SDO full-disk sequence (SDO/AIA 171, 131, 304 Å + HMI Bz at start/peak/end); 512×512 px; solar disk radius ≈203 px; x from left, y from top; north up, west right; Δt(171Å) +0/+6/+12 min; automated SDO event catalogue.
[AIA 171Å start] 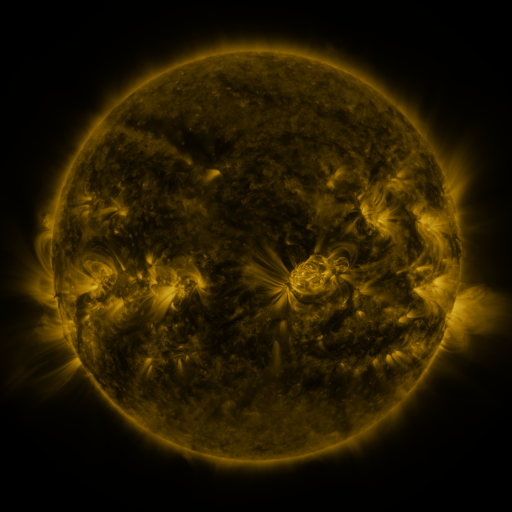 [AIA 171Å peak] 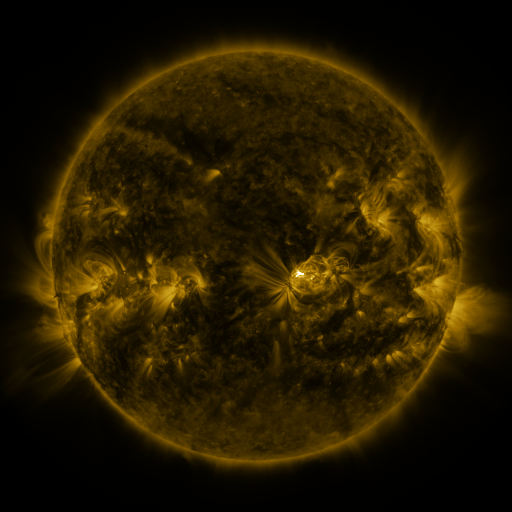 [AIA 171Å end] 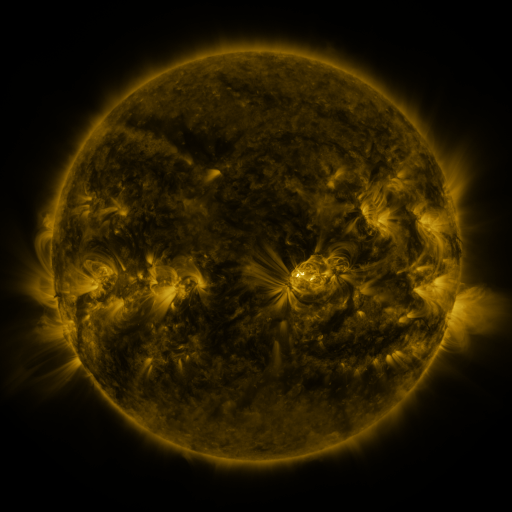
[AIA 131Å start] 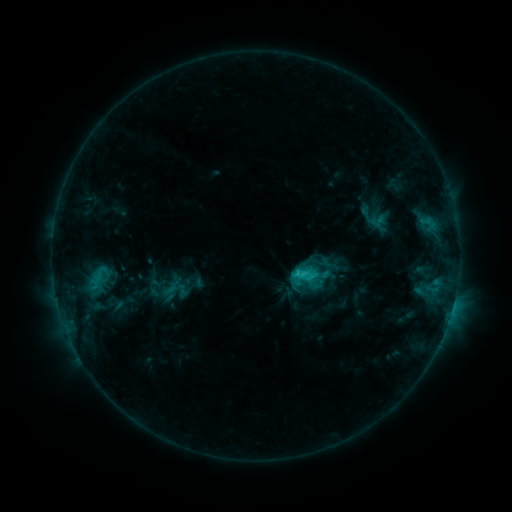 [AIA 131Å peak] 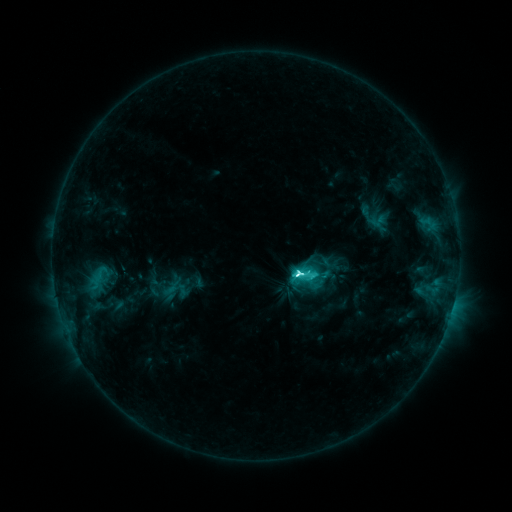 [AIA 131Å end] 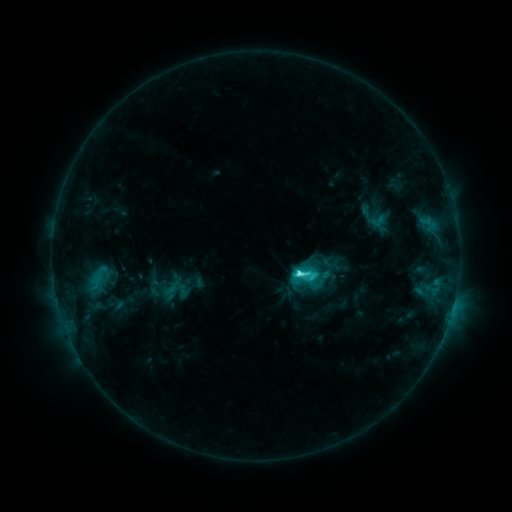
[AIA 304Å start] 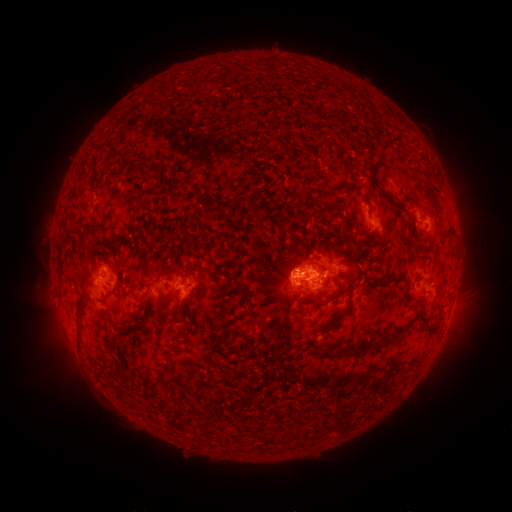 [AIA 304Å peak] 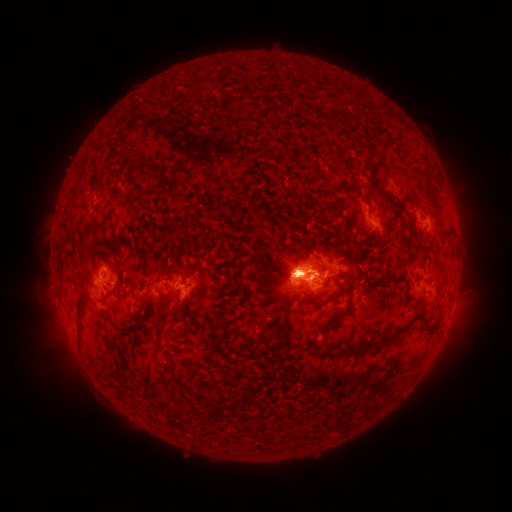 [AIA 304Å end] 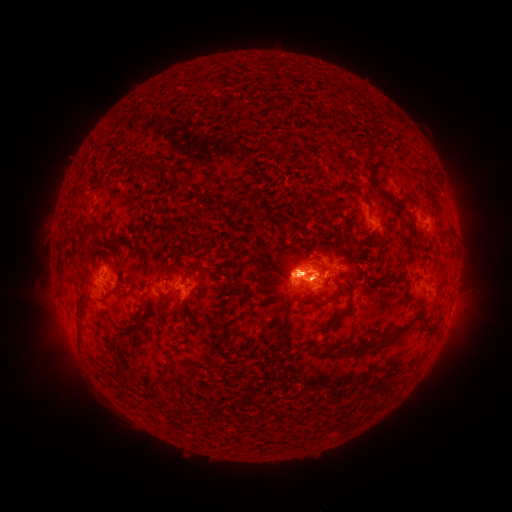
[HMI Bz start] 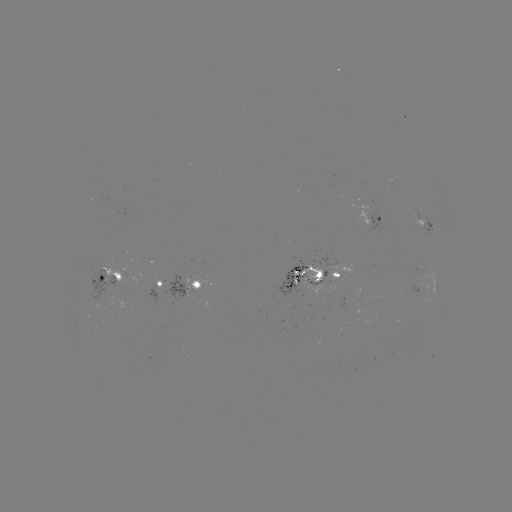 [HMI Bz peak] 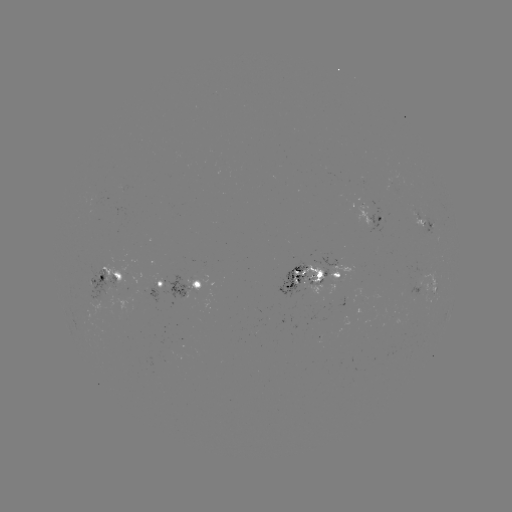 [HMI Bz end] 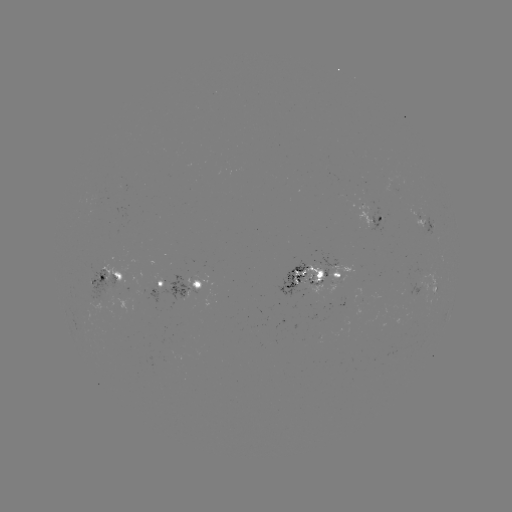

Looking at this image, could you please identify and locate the M1.0 flare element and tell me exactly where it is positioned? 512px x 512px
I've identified M1.0 flare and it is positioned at (294, 271).